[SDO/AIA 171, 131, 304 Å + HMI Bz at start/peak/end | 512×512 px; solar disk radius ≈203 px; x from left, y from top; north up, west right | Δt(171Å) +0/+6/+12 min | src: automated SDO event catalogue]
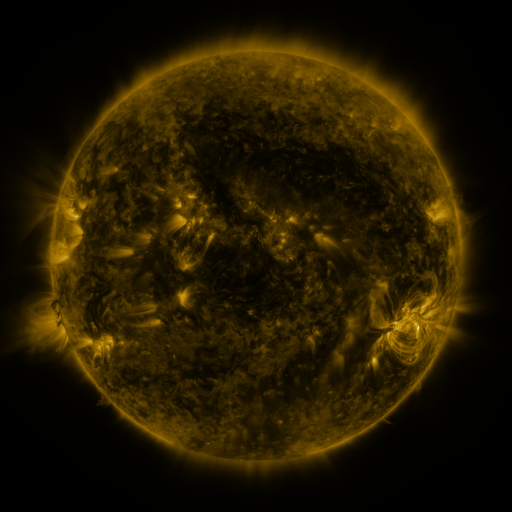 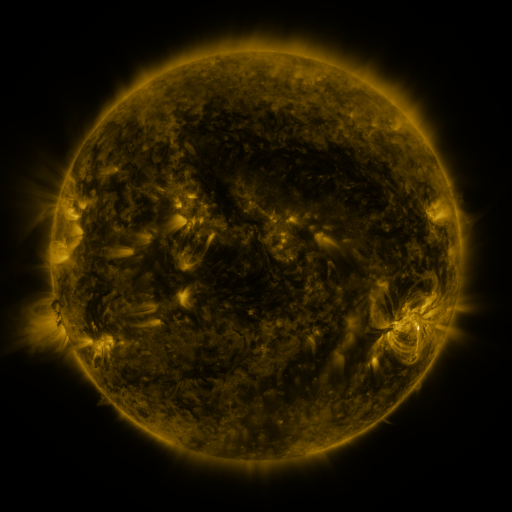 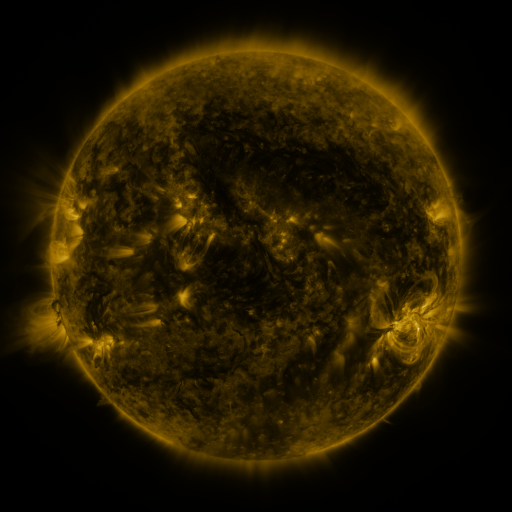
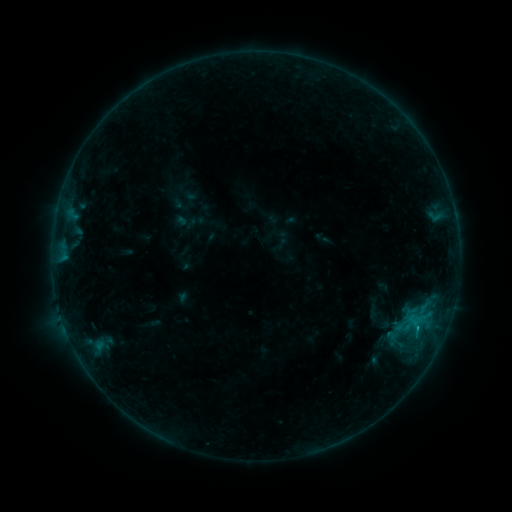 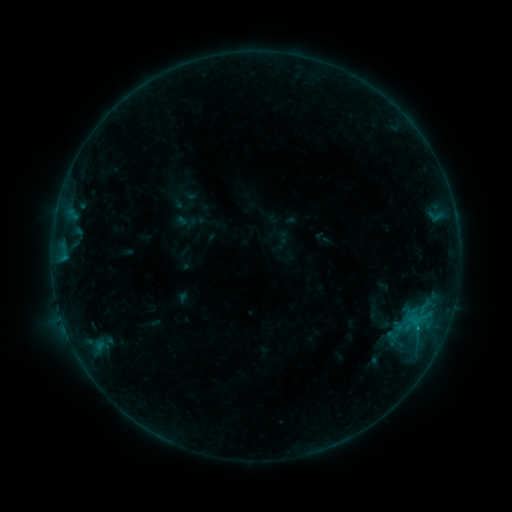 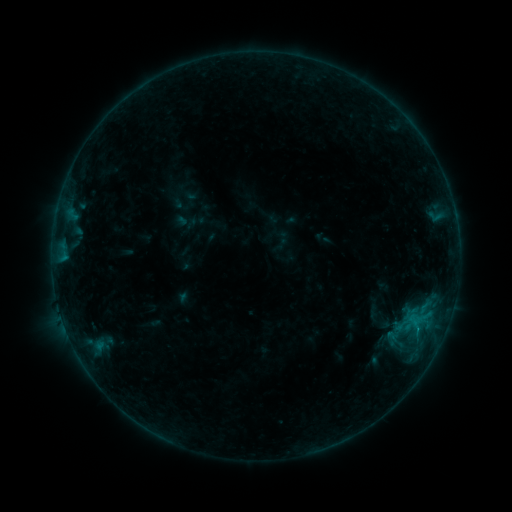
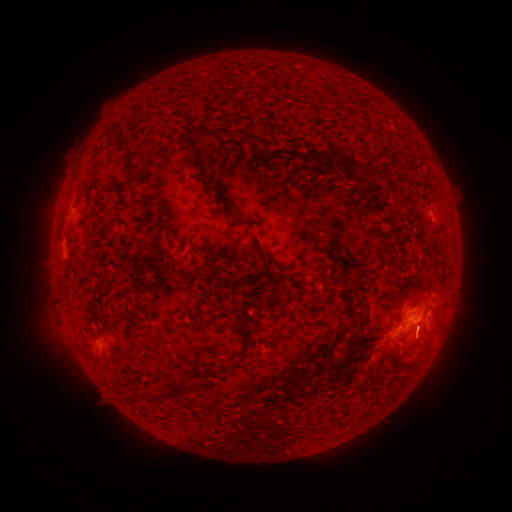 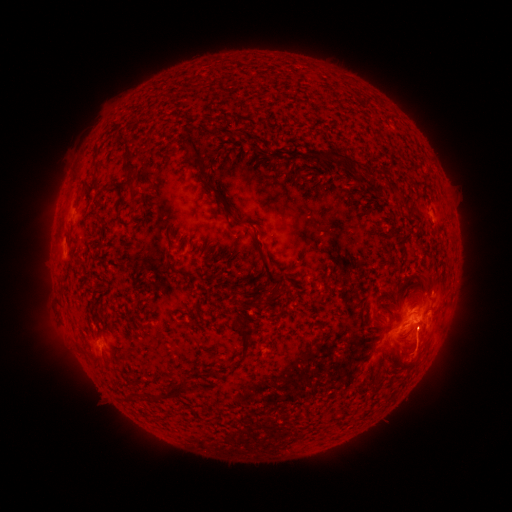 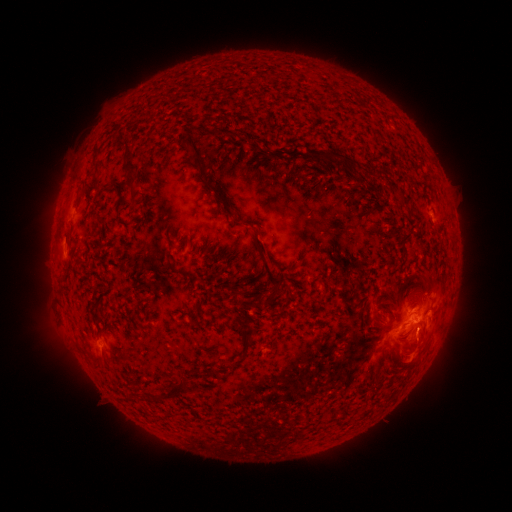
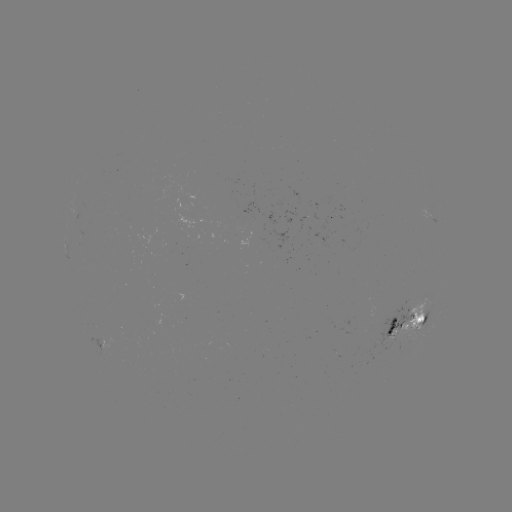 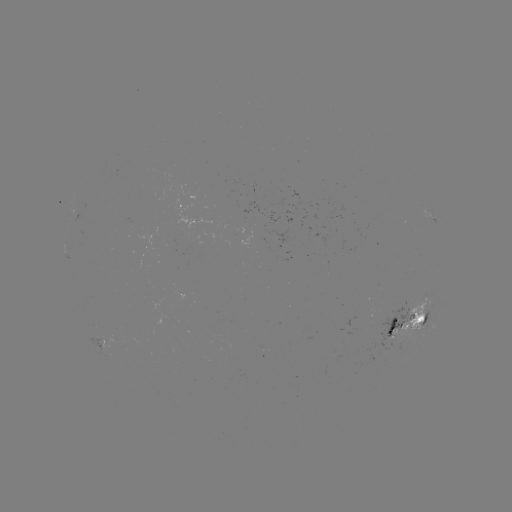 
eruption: <bbox>404, 322, 444, 366</bbox>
